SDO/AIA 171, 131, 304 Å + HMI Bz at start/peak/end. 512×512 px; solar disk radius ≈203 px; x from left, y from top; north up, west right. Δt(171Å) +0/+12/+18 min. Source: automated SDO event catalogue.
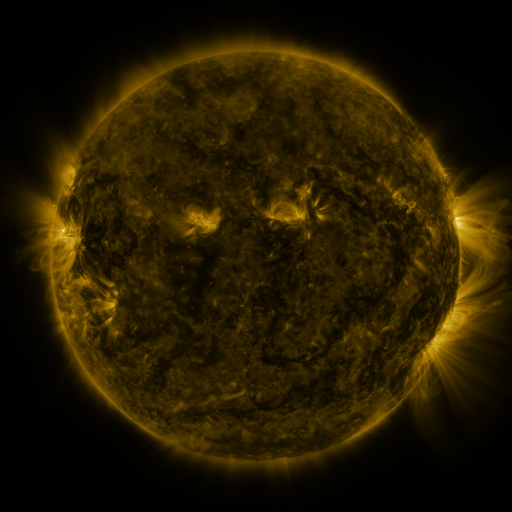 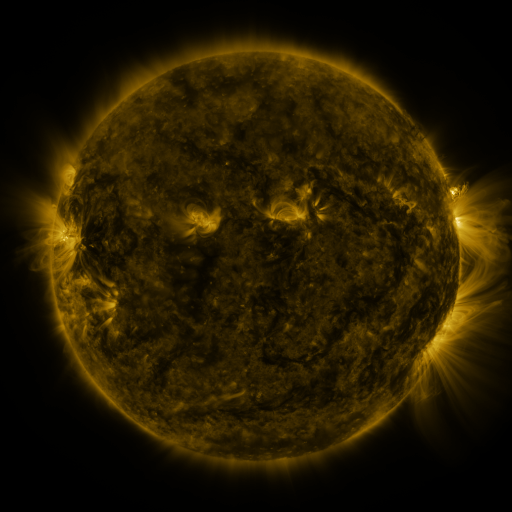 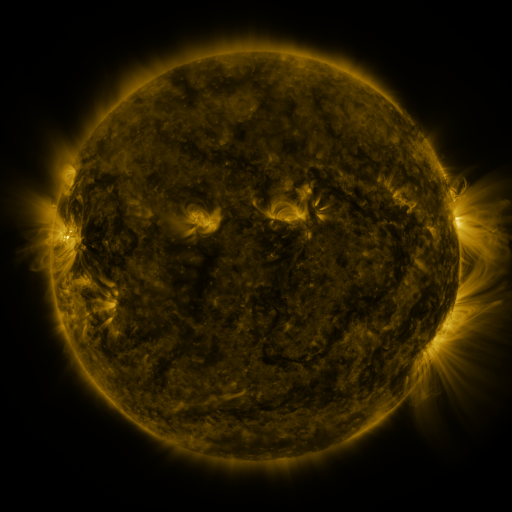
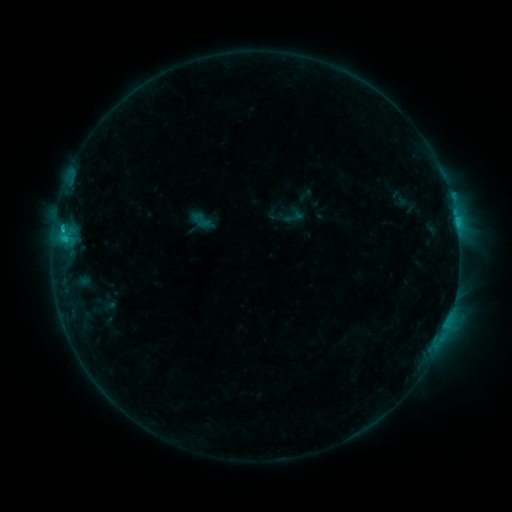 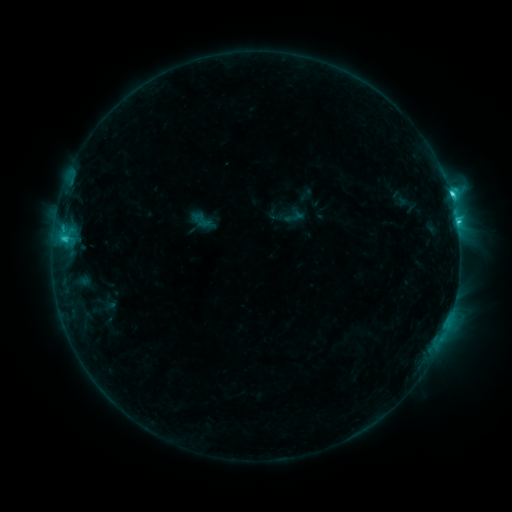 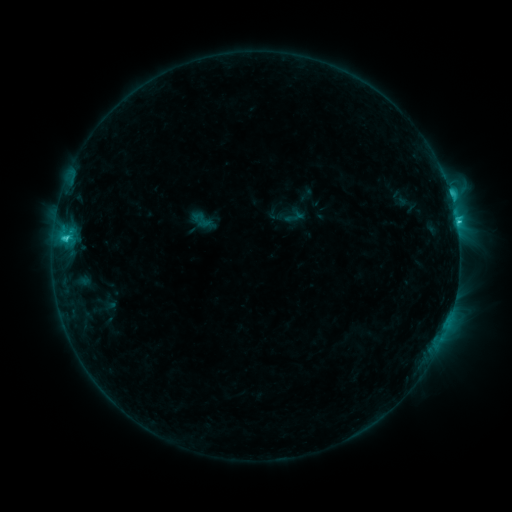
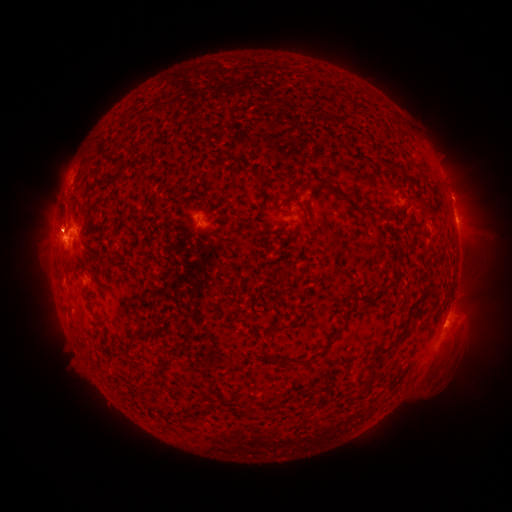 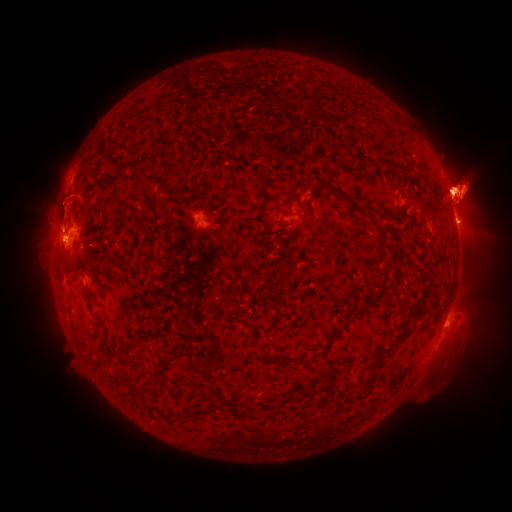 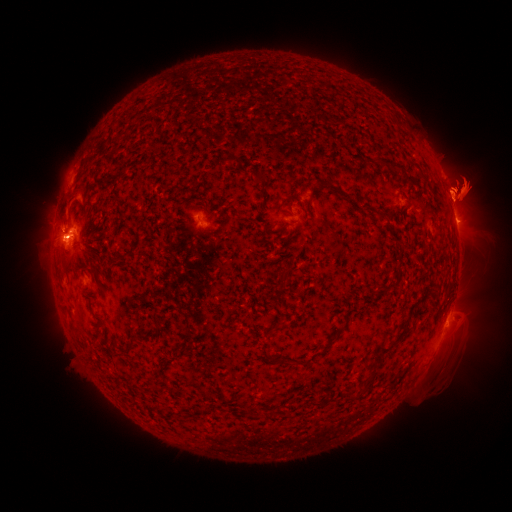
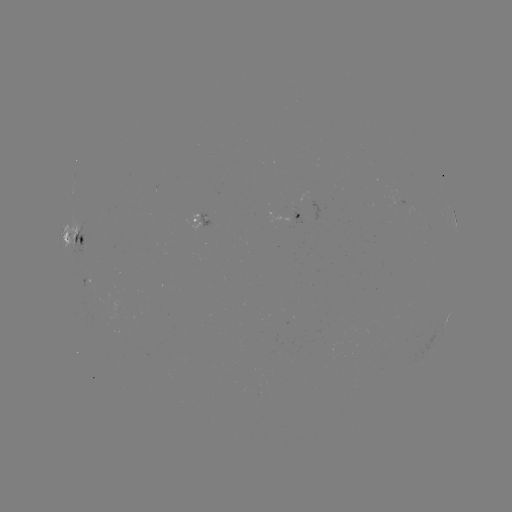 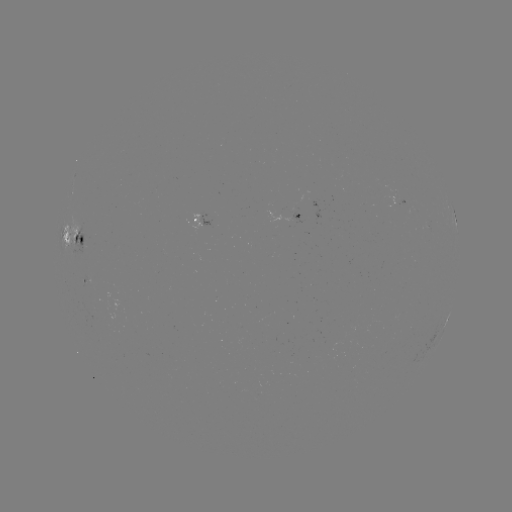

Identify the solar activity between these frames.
eruption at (456, 194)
